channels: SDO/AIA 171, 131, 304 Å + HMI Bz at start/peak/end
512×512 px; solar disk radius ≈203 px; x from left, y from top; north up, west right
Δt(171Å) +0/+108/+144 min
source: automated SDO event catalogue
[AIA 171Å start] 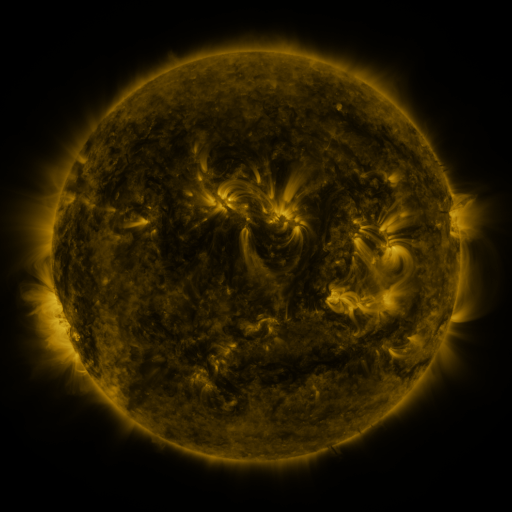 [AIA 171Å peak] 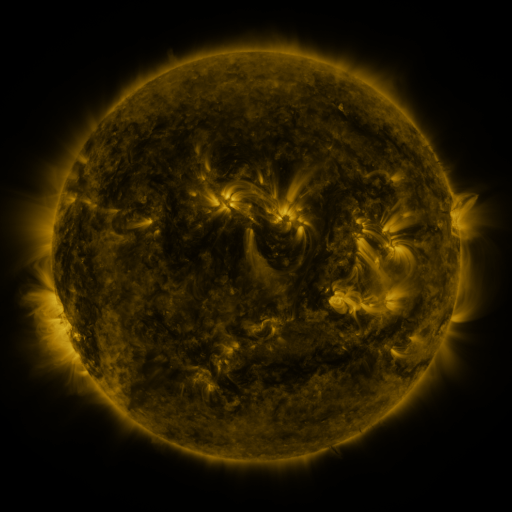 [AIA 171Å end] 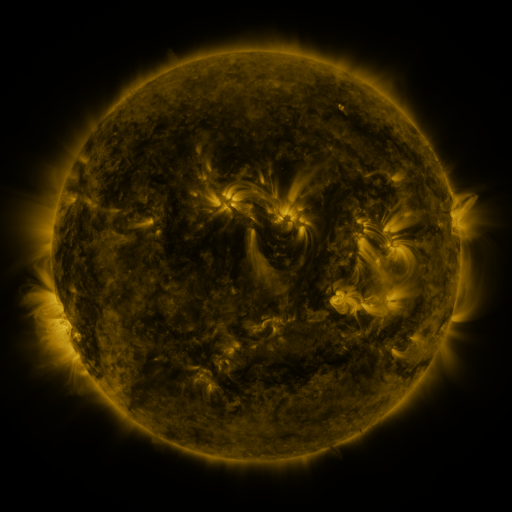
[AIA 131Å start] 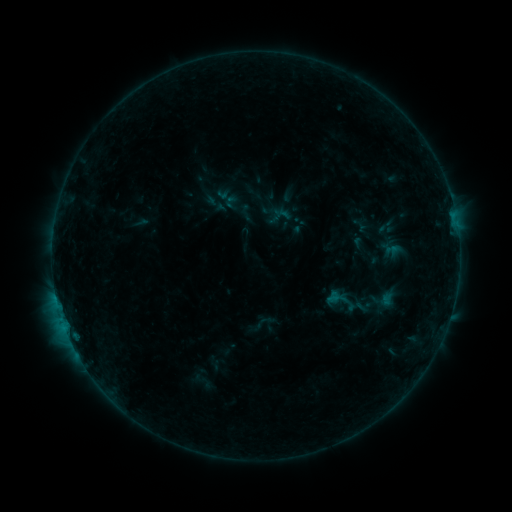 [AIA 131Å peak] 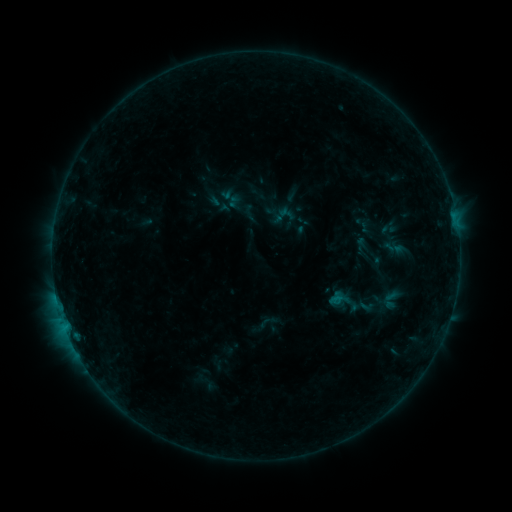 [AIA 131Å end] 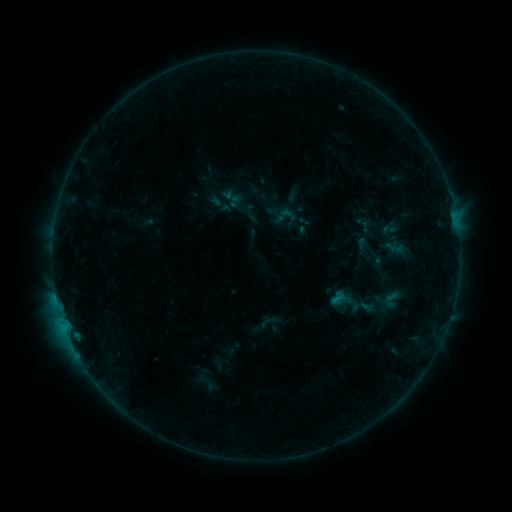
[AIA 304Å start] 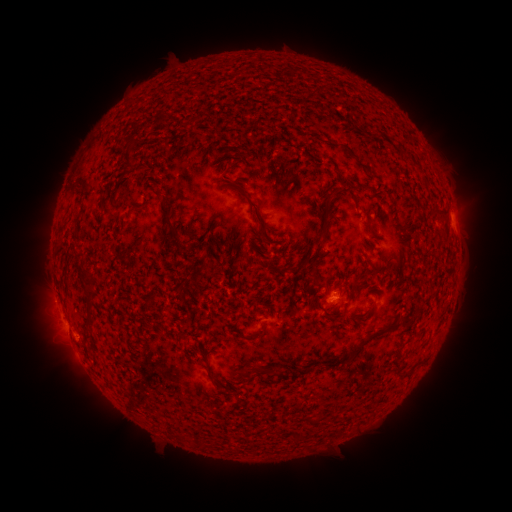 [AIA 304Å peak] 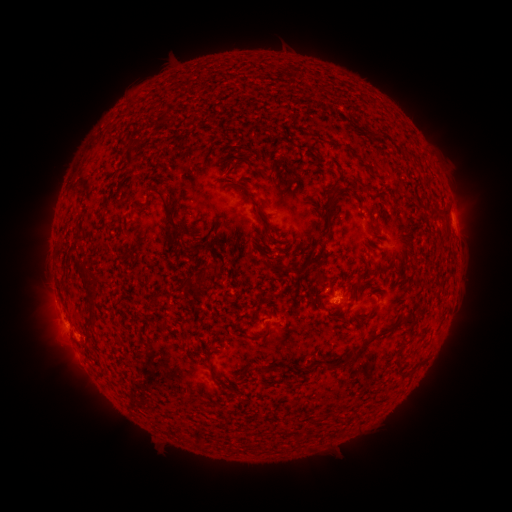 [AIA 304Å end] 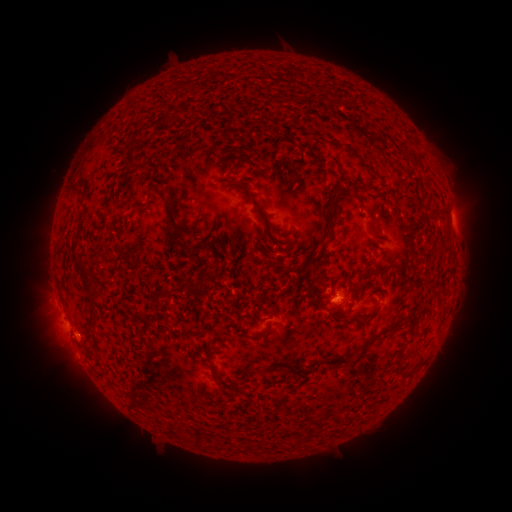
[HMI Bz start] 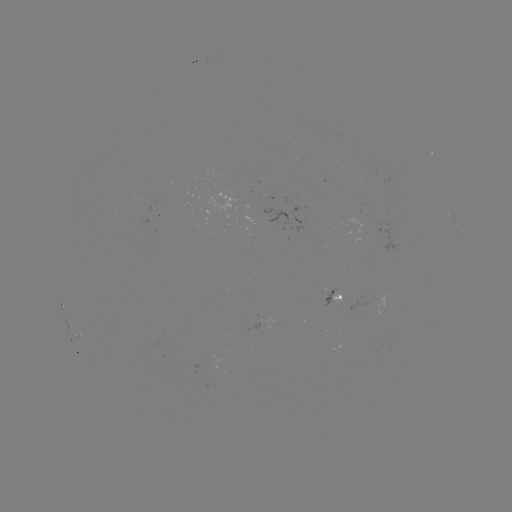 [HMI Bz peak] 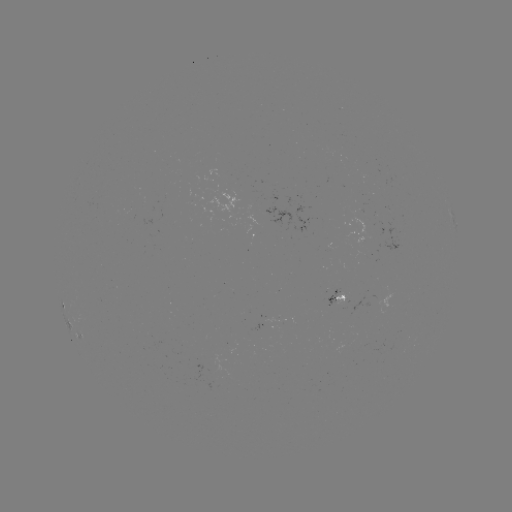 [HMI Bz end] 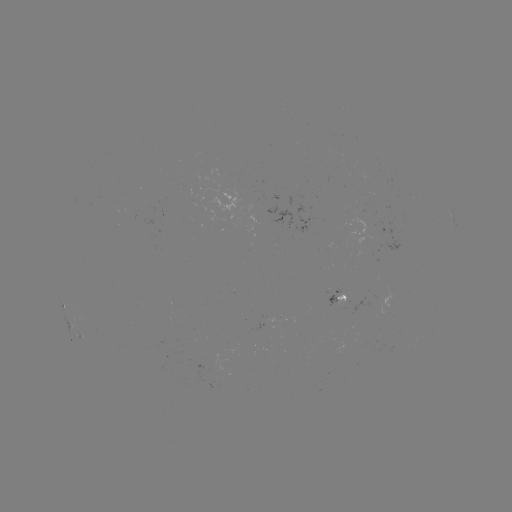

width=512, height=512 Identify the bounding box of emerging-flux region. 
[324, 288, 339, 306].